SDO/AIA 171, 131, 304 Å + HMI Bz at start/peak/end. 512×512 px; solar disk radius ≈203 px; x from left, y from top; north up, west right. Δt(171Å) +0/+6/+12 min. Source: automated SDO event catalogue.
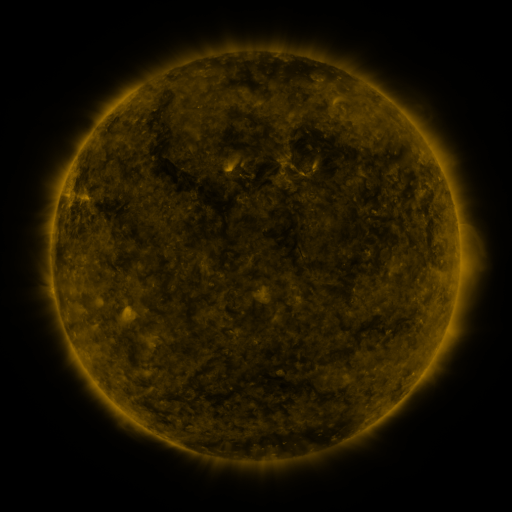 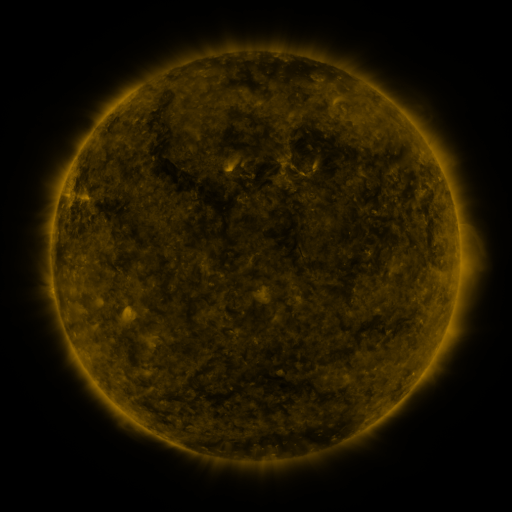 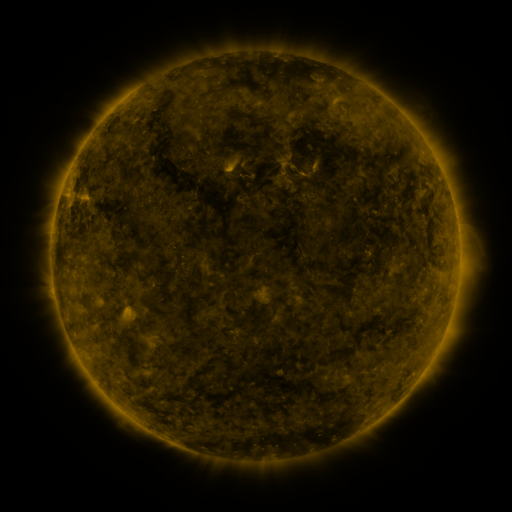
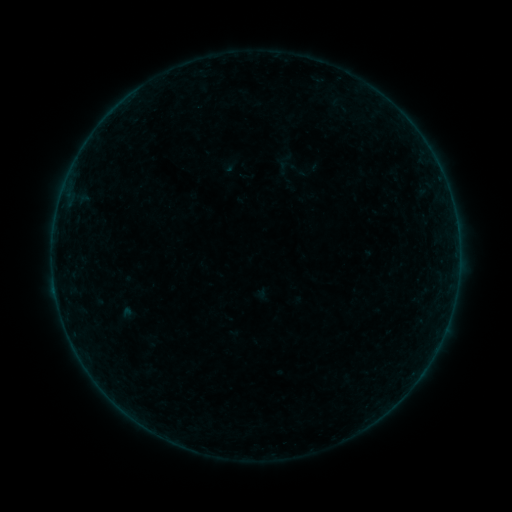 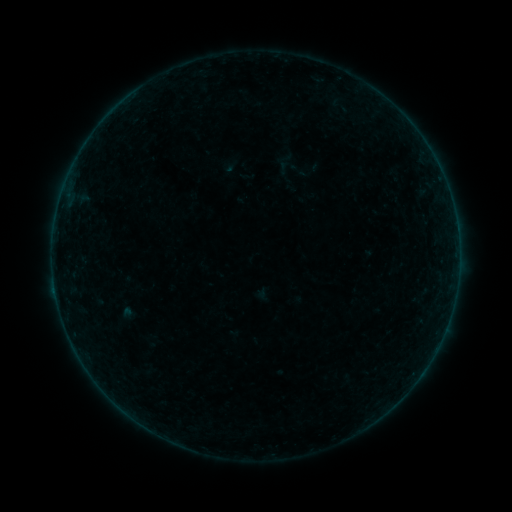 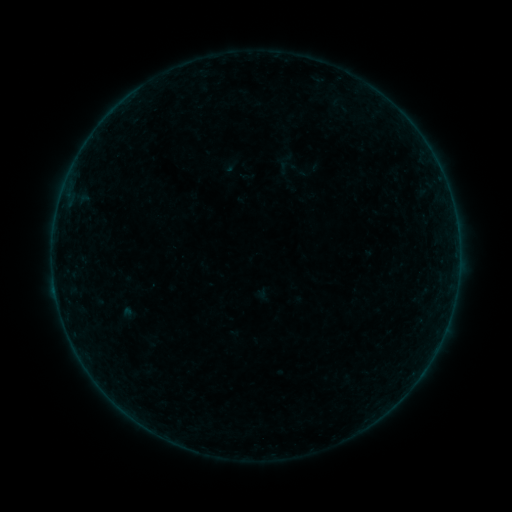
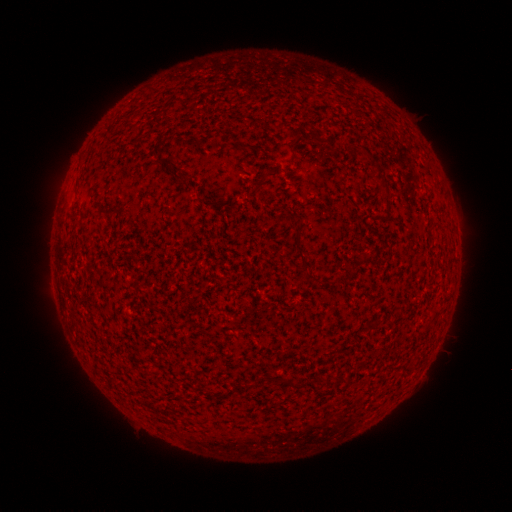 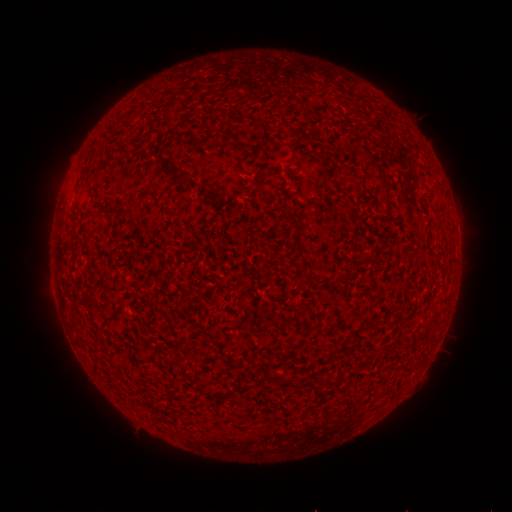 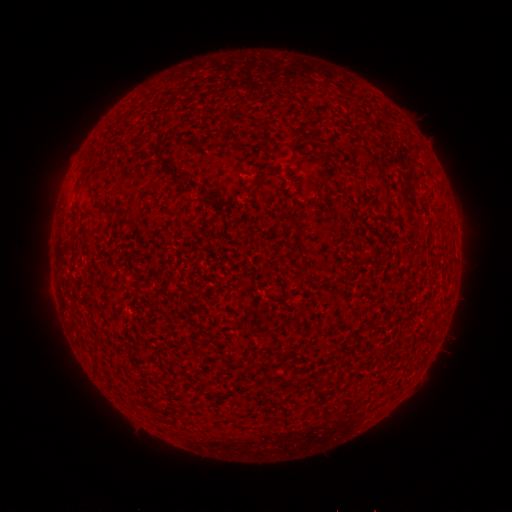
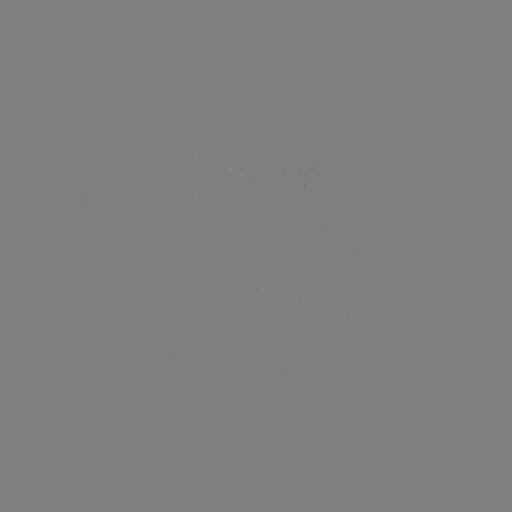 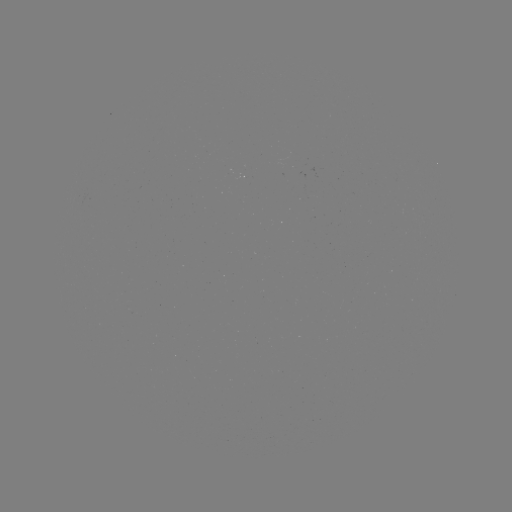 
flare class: B2.5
